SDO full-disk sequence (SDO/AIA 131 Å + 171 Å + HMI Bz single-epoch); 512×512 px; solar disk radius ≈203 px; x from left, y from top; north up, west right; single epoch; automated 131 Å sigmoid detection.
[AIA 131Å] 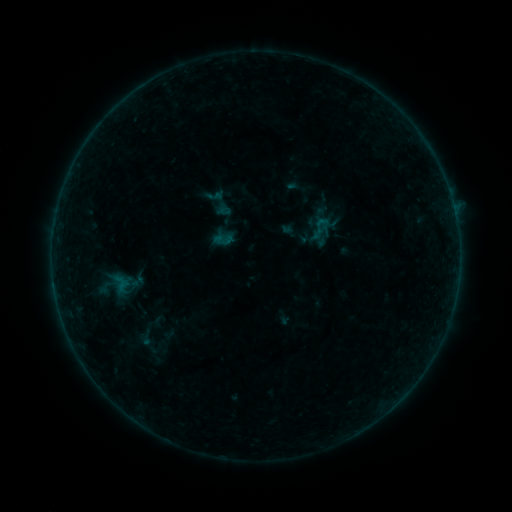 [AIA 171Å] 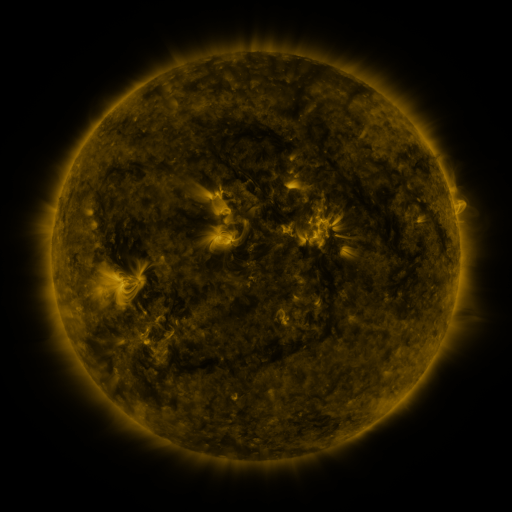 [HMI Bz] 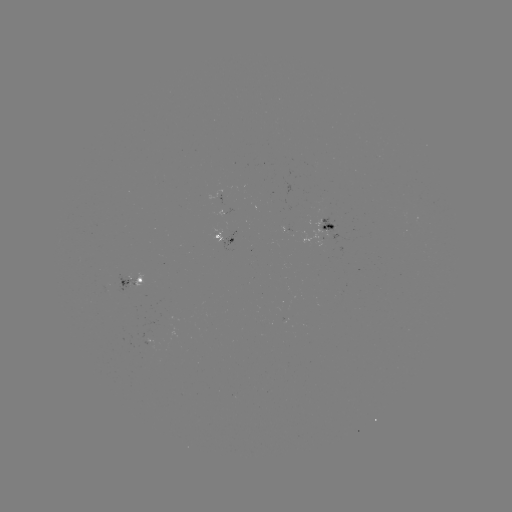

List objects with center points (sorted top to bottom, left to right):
sigmoid: (320, 228)
sigmoid: (146, 338)
